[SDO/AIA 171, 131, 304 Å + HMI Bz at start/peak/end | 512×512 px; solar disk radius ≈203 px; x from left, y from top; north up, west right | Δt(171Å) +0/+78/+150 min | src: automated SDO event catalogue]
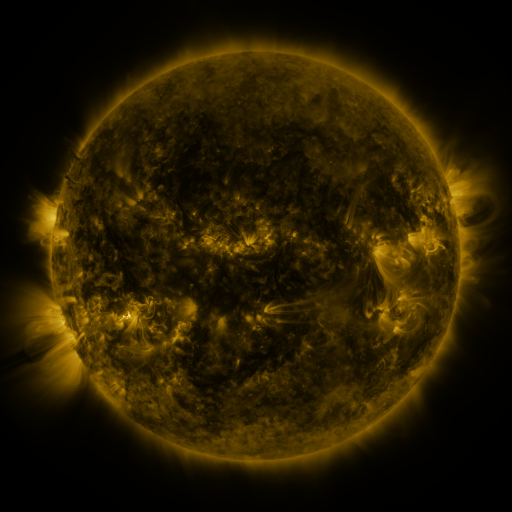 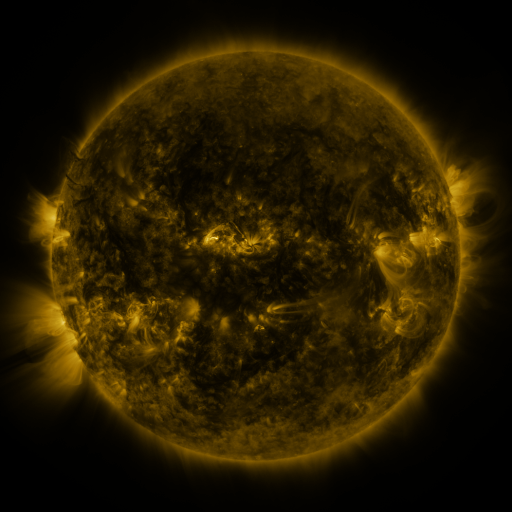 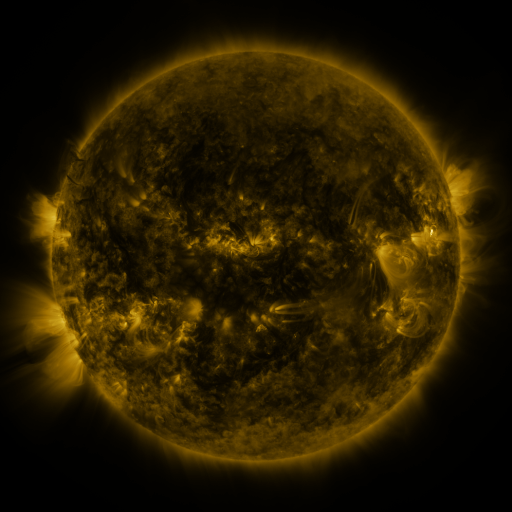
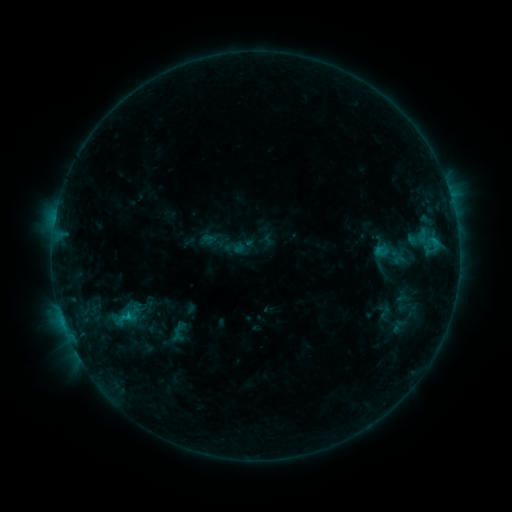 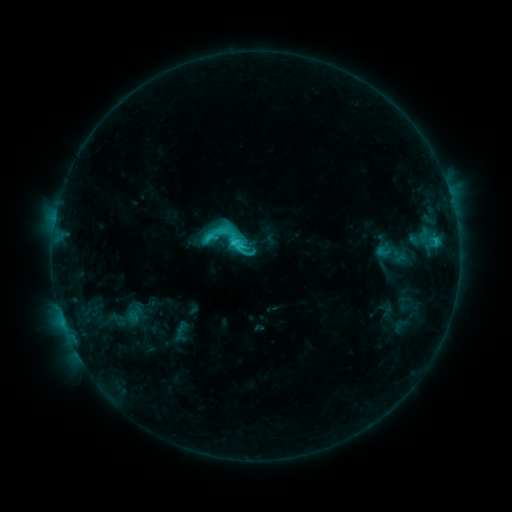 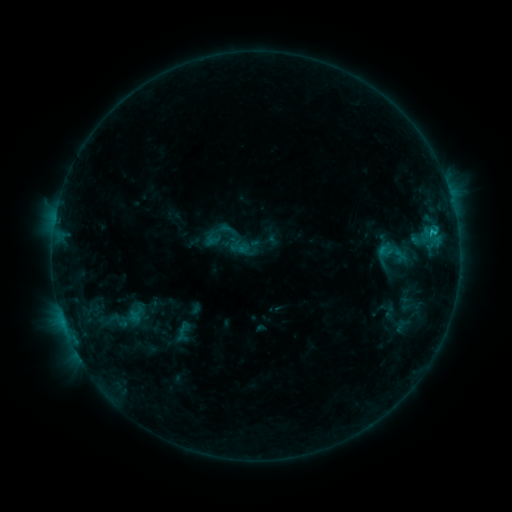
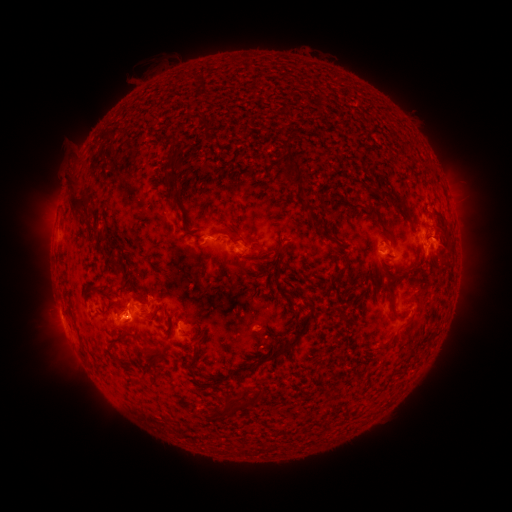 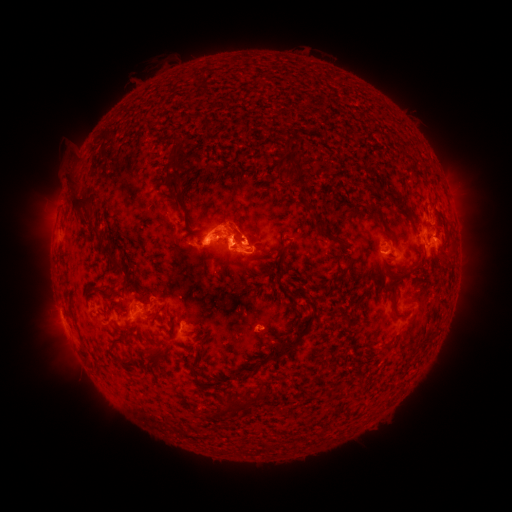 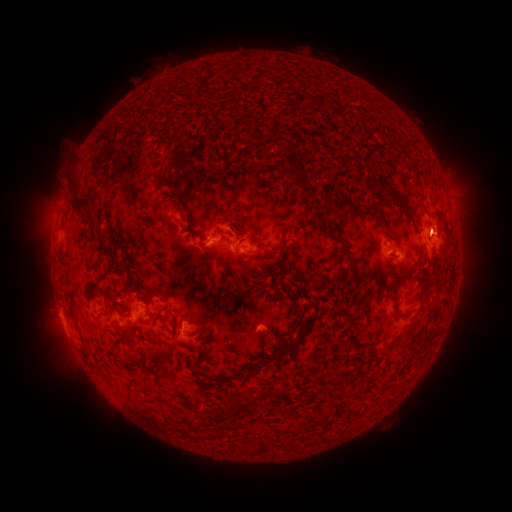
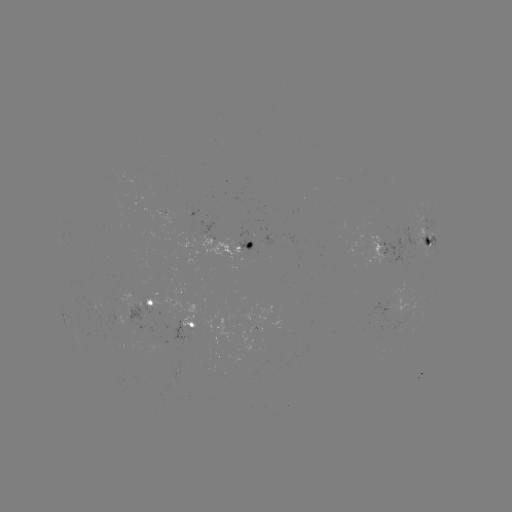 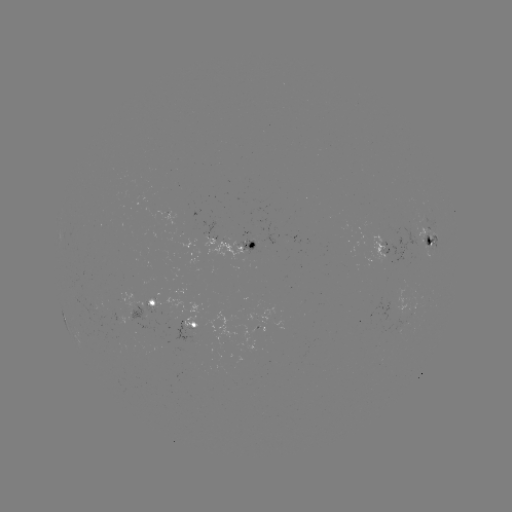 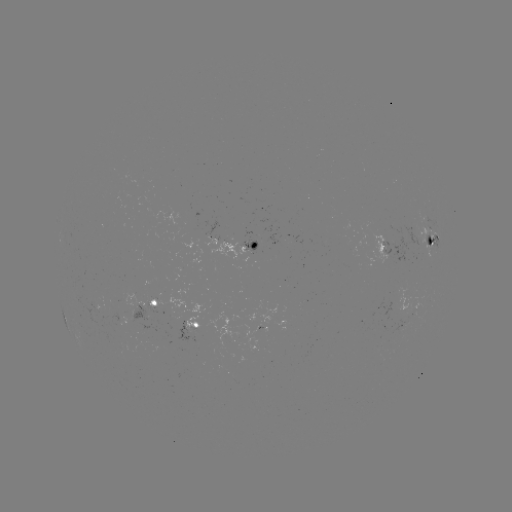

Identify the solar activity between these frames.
C4.4 flare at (234, 245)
